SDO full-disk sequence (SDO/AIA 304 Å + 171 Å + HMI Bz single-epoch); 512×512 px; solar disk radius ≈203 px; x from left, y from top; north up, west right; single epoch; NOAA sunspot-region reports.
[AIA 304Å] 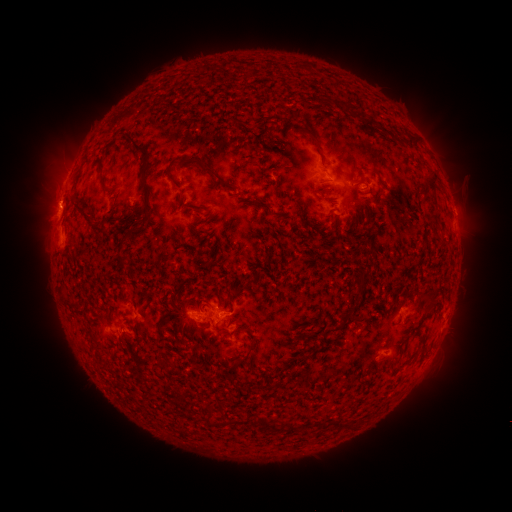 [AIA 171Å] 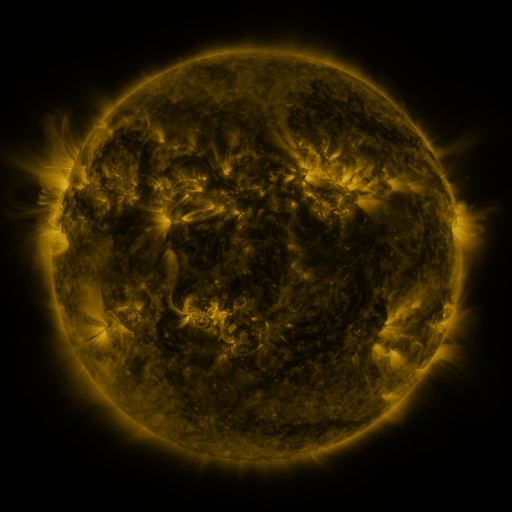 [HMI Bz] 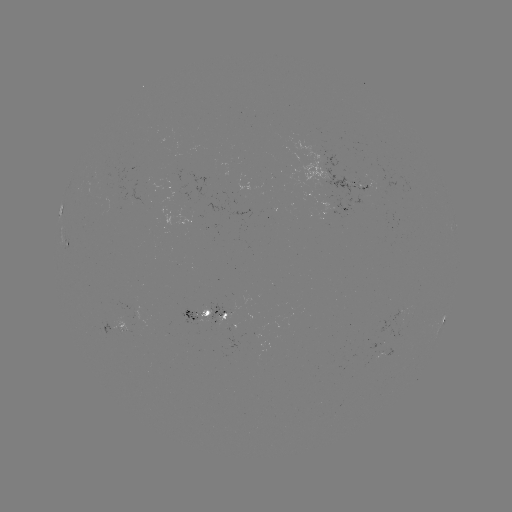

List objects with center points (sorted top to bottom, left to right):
spotted active region: (355, 185)
spotted active region: (336, 205)
spotted active region: (455, 227)
spotted active region: (67, 239)
spotted active region: (195, 314)
spotted active region: (222, 314)
spotted active region: (443, 317)
spotted active region: (125, 322)
spotted active region: (386, 351)
